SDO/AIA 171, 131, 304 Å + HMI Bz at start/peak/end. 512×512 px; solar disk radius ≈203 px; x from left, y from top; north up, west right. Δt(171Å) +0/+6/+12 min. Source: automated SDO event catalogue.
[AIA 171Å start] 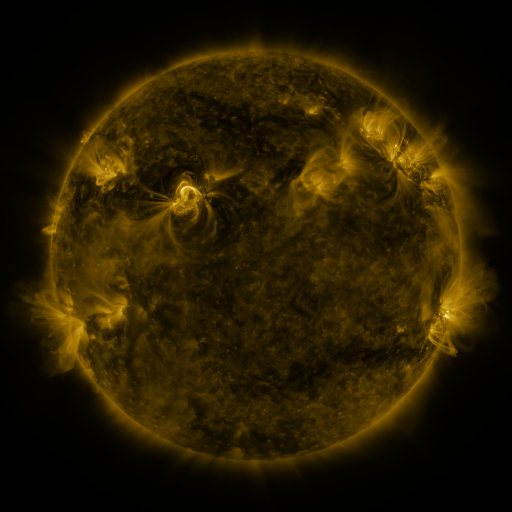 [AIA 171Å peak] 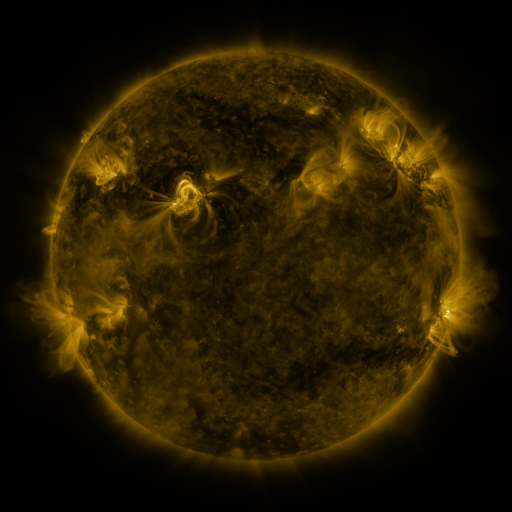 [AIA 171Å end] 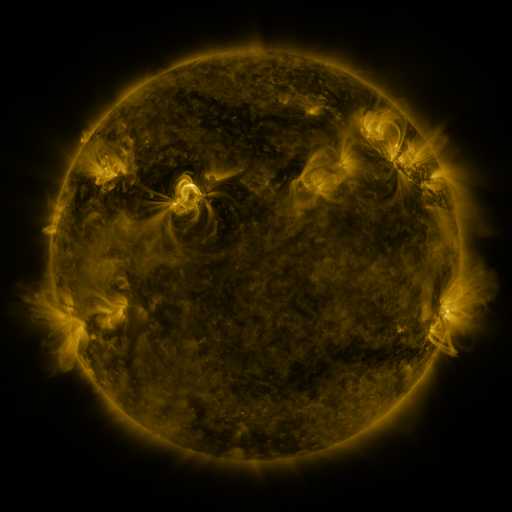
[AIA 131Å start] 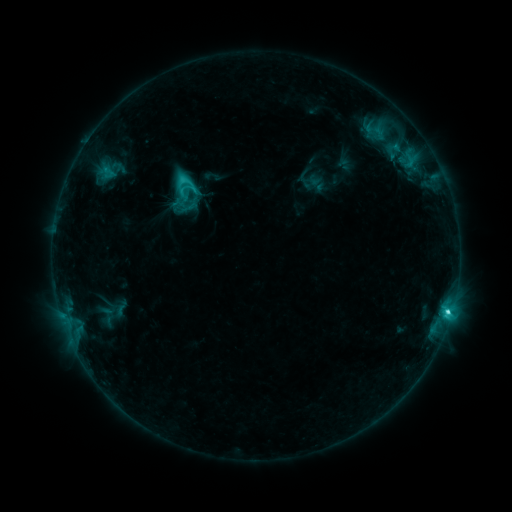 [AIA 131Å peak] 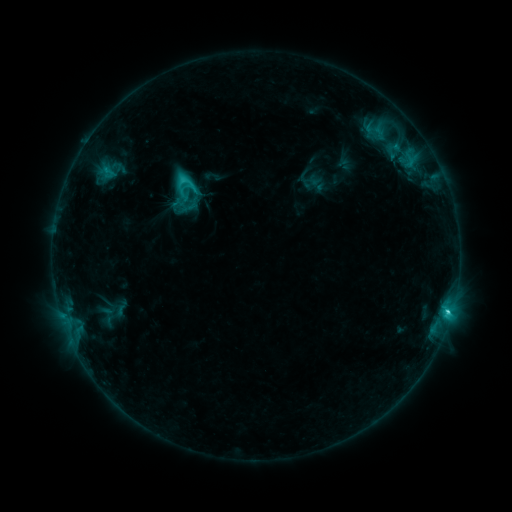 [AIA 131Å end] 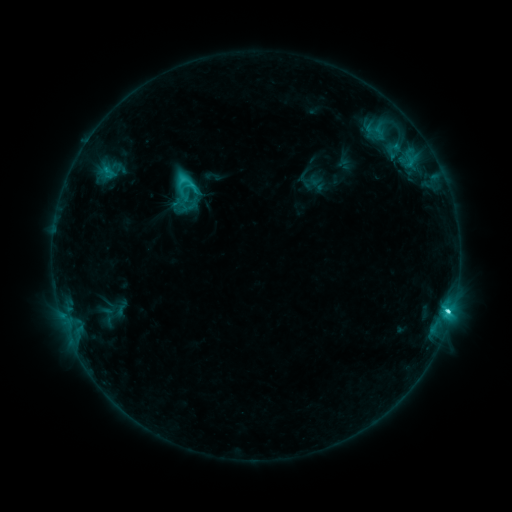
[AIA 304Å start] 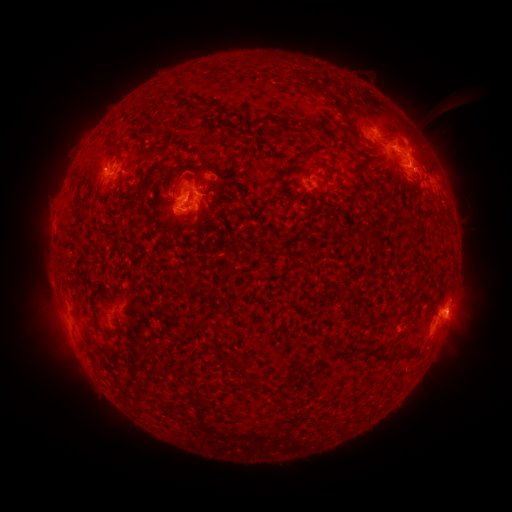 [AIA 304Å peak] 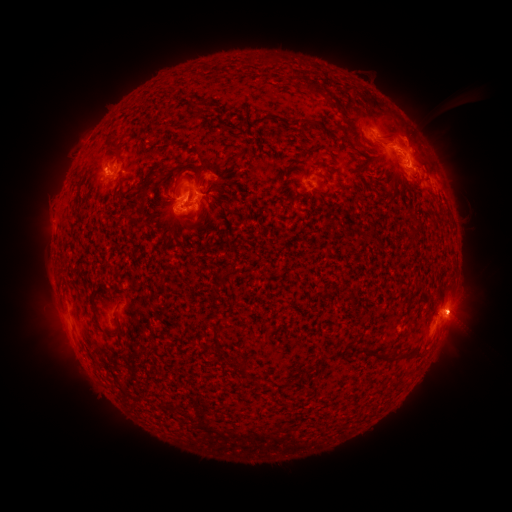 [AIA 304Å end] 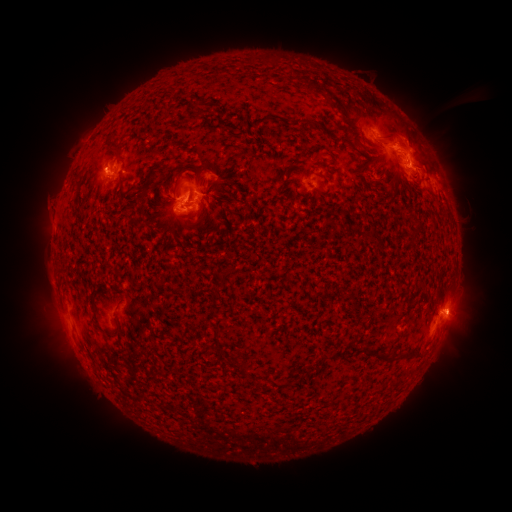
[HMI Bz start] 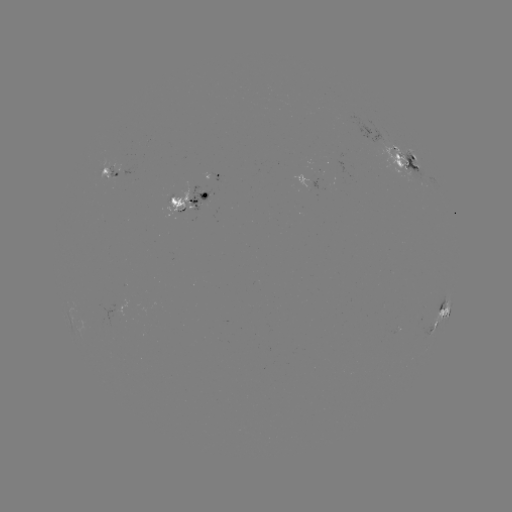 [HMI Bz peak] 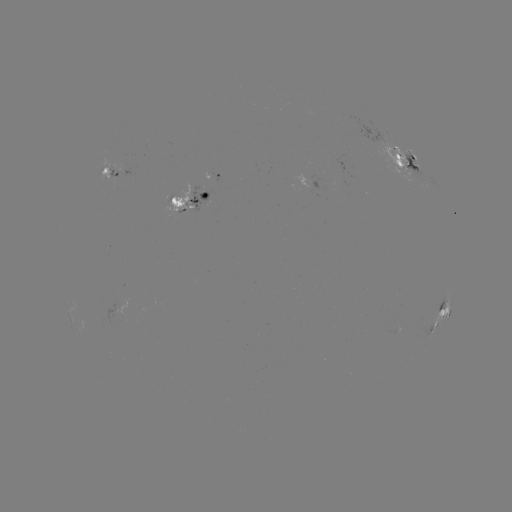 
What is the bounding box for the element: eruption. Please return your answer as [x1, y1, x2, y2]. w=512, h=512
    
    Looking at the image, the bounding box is [419, 257, 495, 379].